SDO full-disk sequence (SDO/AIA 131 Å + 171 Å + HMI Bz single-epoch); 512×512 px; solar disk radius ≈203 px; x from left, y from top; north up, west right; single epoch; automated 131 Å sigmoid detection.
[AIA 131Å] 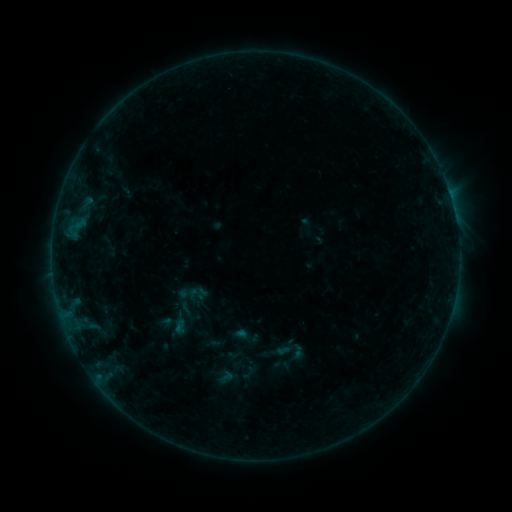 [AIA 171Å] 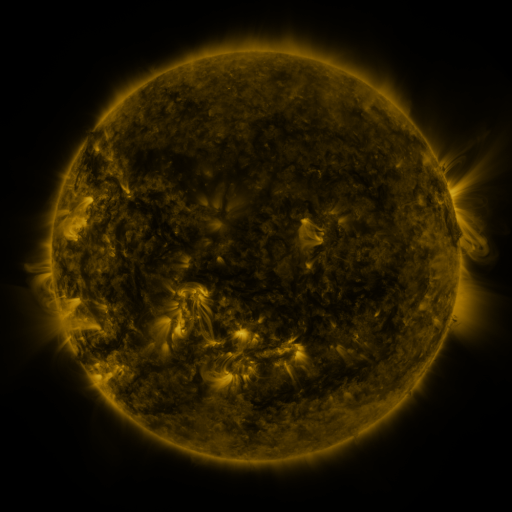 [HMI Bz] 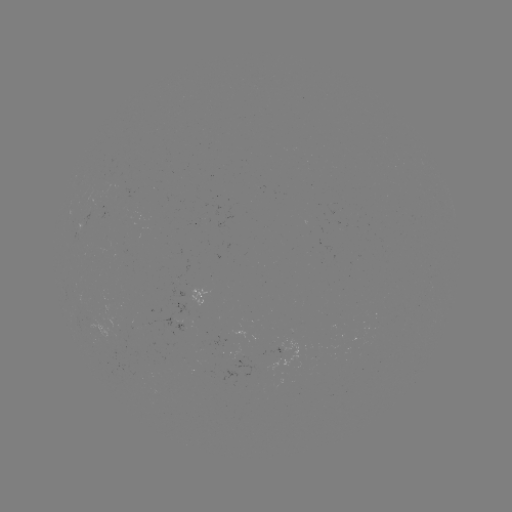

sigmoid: [273, 334, 308, 369]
